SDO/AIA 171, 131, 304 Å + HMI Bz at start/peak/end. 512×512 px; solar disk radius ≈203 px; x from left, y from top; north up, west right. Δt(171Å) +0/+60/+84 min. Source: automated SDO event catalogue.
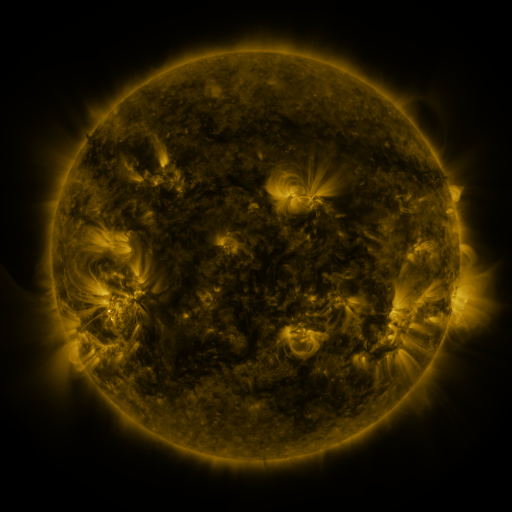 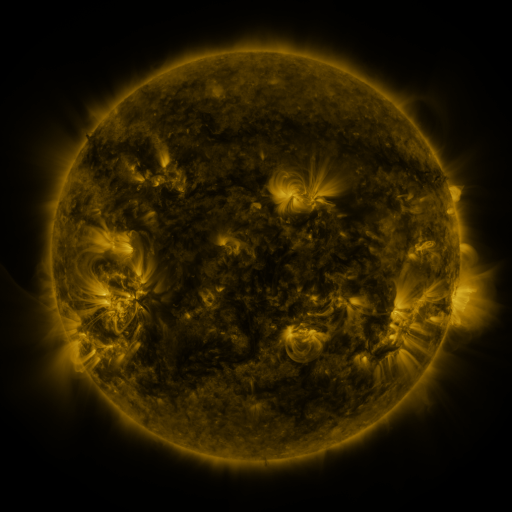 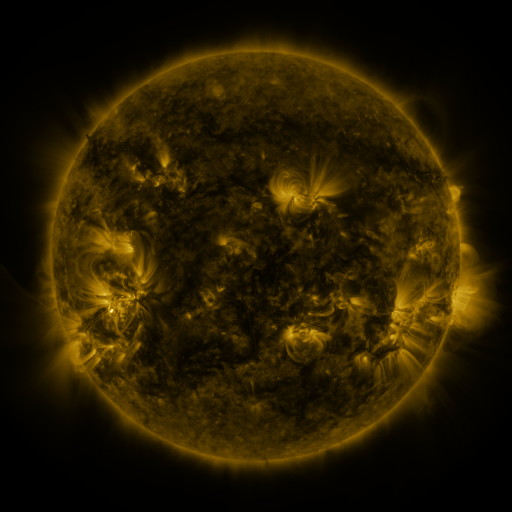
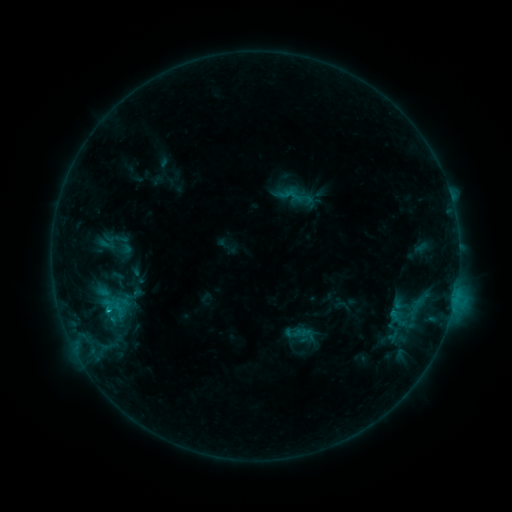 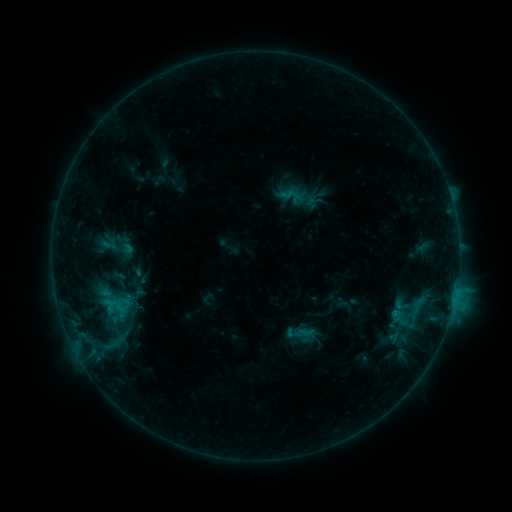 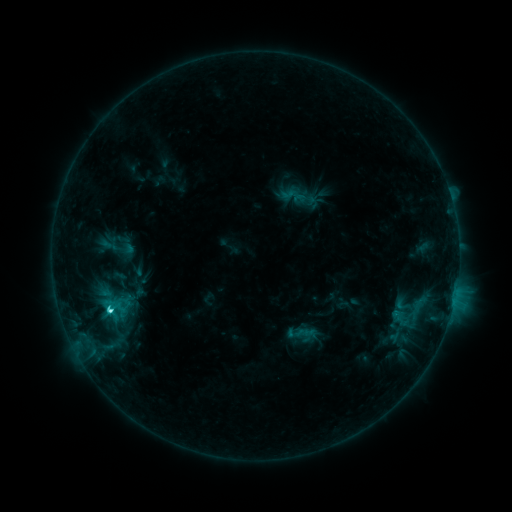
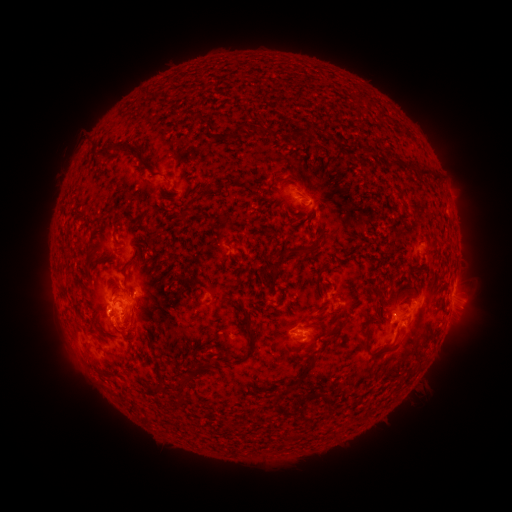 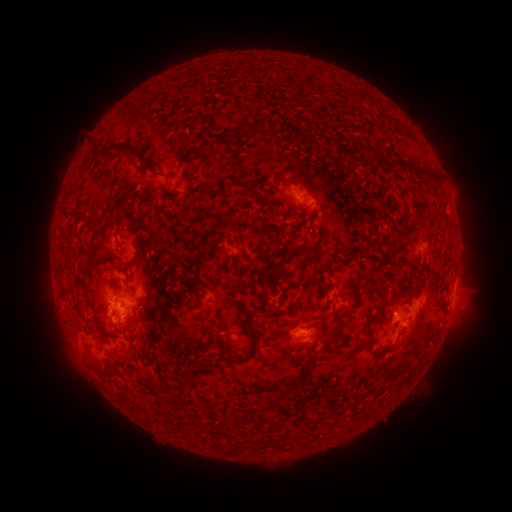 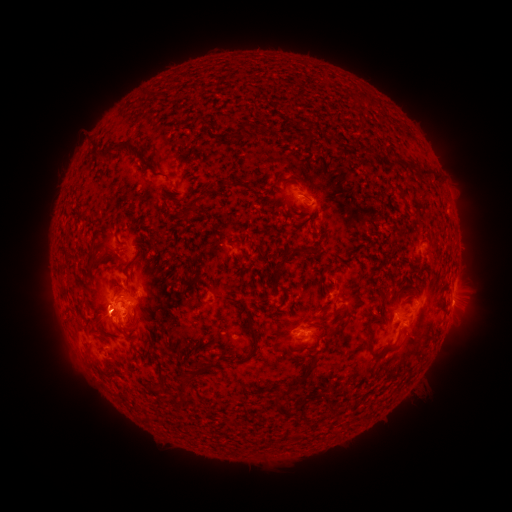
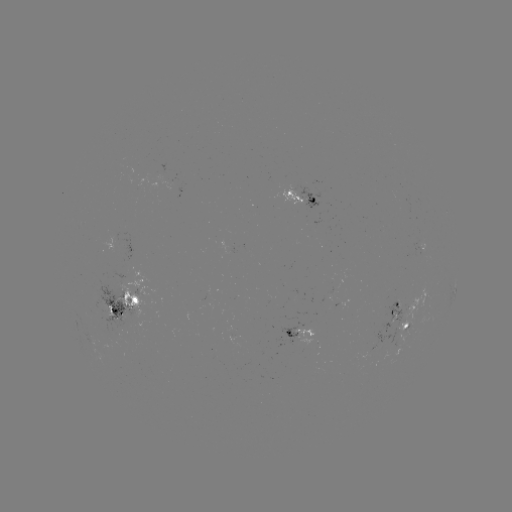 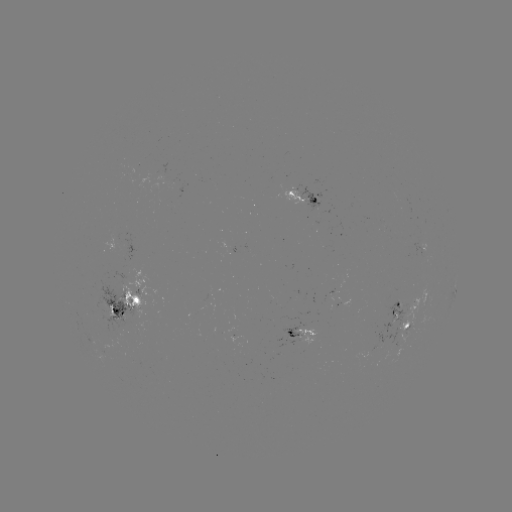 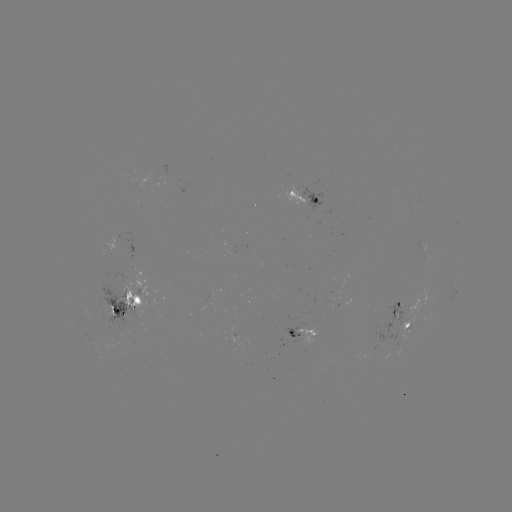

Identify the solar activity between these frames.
emerging-flux region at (115, 239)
